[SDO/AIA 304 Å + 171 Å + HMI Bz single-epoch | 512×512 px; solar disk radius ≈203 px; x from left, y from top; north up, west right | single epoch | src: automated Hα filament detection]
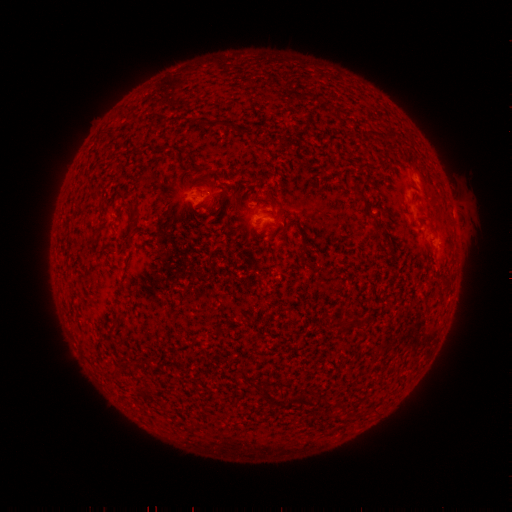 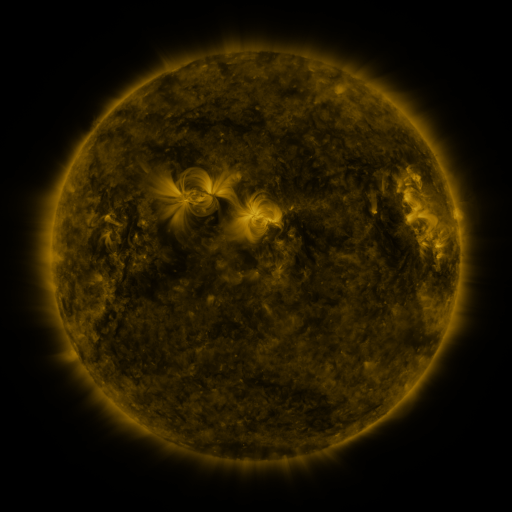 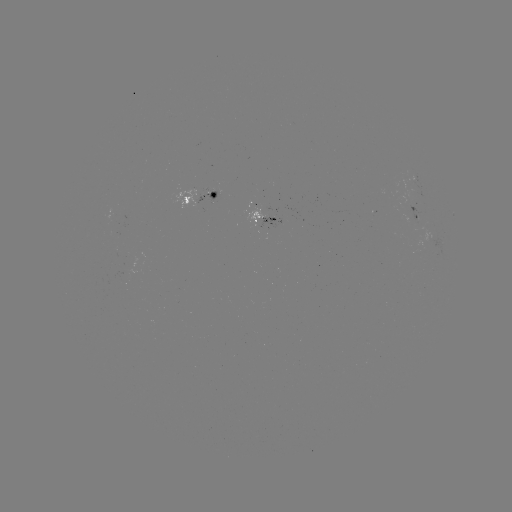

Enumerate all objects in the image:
filament: (210, 119, 224, 127)
filament: (351, 191, 364, 200)
filament: (129, 220, 136, 230)
filament: (114, 310, 123, 319)
filament: (238, 366, 245, 377)
filament: (139, 383, 149, 396)
filament: (257, 385, 271, 405)
filament: (298, 395, 313, 407)
